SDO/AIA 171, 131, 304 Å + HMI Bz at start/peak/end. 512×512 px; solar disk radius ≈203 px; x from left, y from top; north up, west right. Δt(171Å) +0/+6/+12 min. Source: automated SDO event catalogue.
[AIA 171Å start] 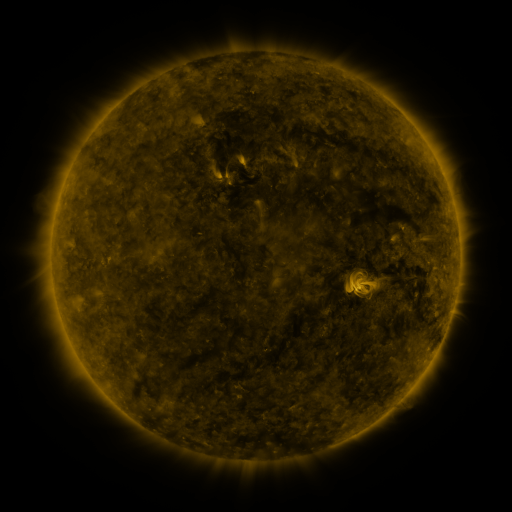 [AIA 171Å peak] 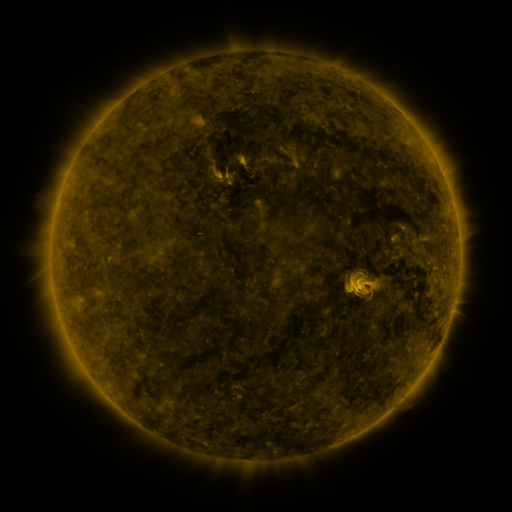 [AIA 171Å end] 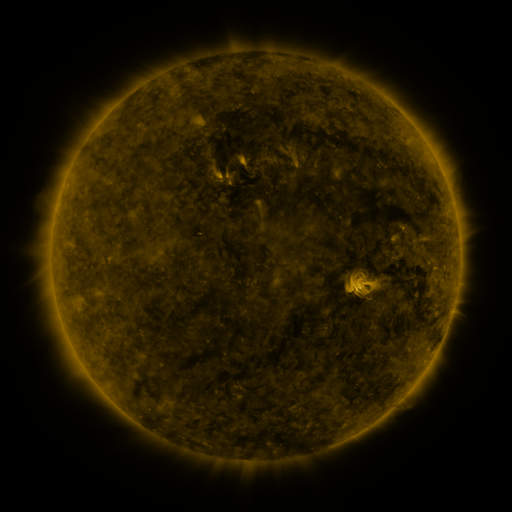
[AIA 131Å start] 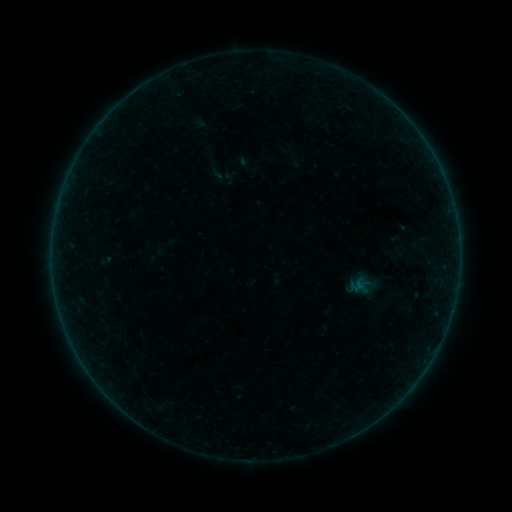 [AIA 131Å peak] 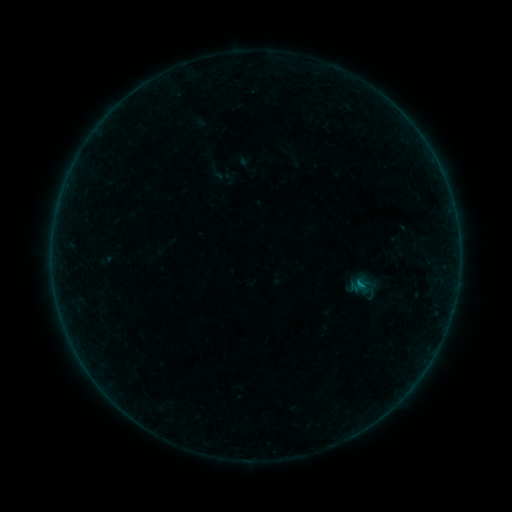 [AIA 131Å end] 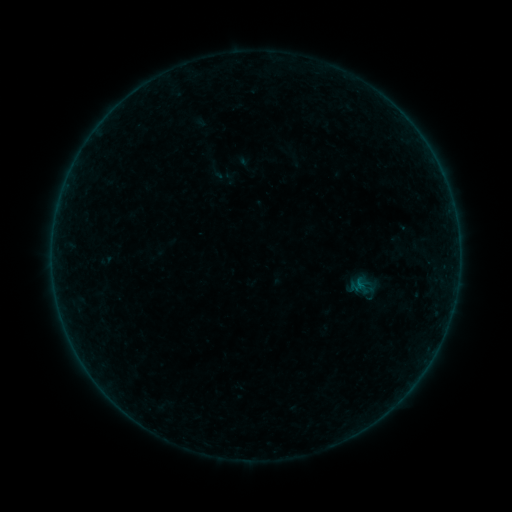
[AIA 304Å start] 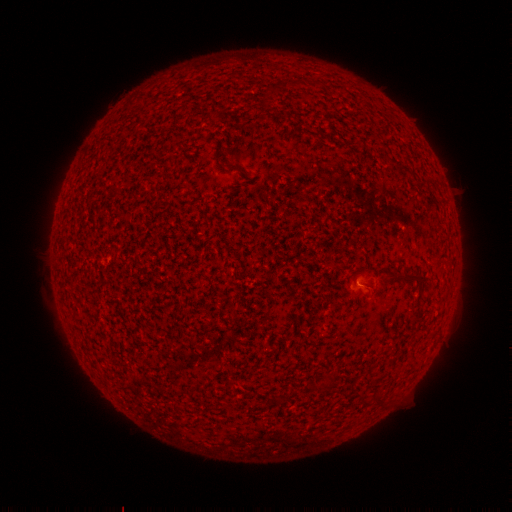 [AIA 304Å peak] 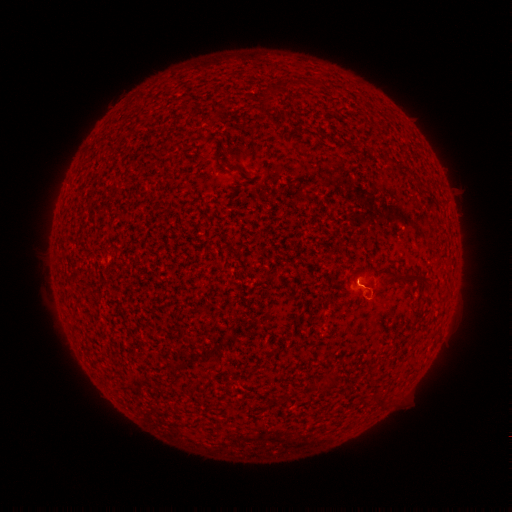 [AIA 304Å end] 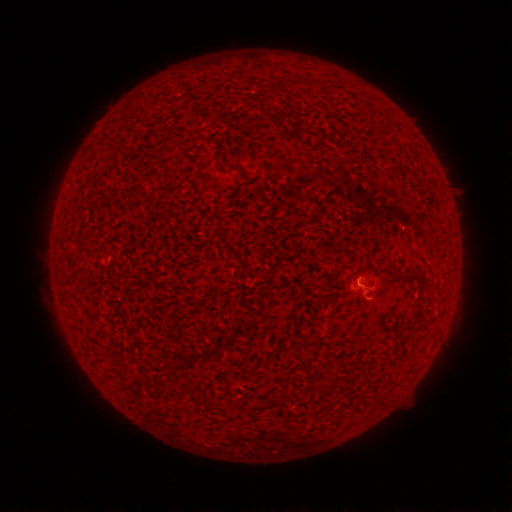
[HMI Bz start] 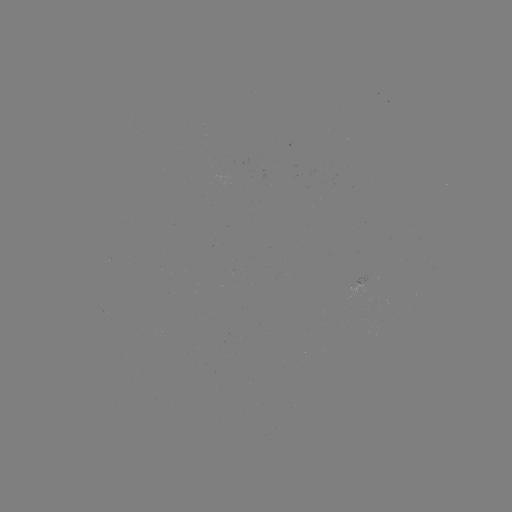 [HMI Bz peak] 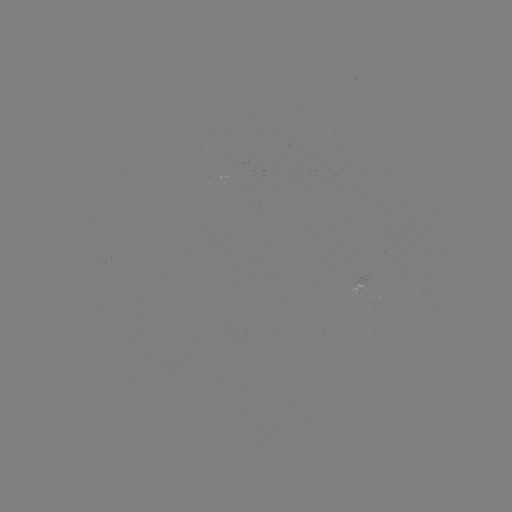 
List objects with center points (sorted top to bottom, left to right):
B1.7 flare: (358, 283)
